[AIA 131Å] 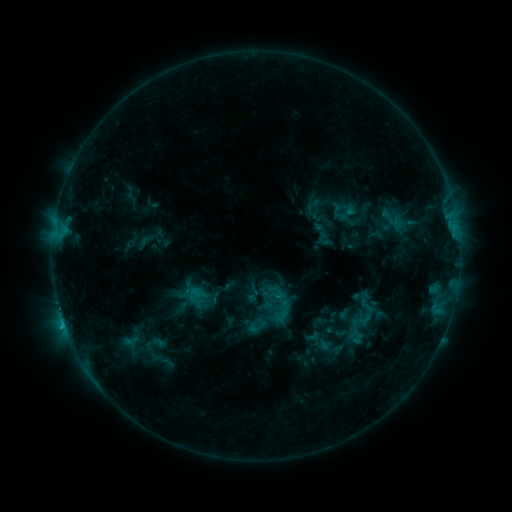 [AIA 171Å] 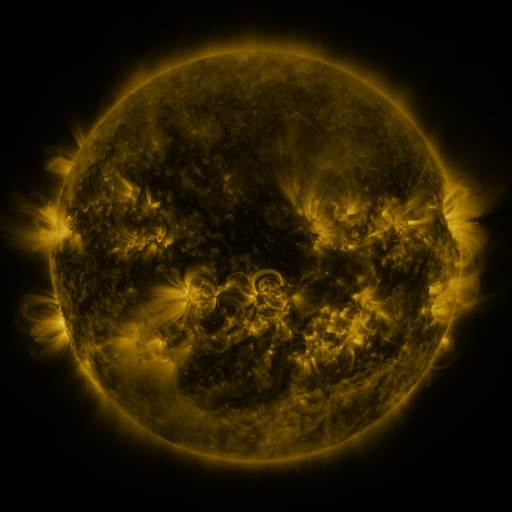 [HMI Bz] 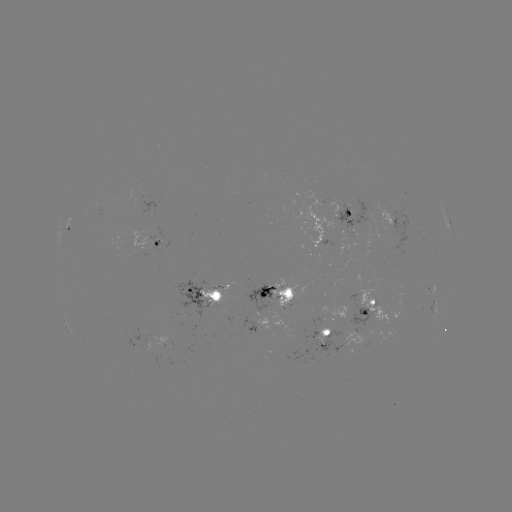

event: sigmoid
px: (276, 292)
